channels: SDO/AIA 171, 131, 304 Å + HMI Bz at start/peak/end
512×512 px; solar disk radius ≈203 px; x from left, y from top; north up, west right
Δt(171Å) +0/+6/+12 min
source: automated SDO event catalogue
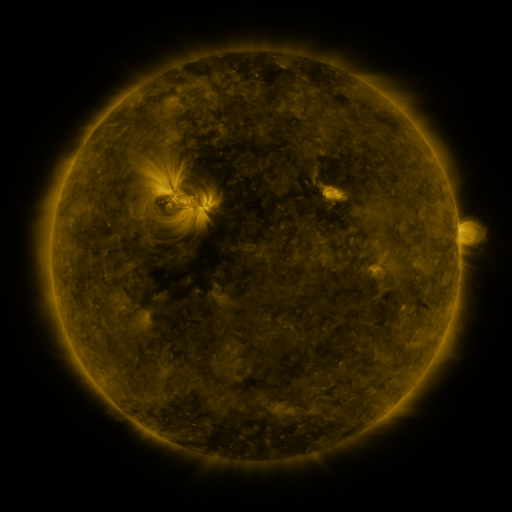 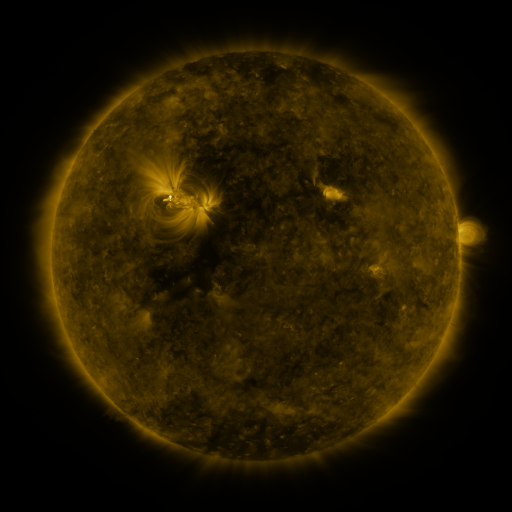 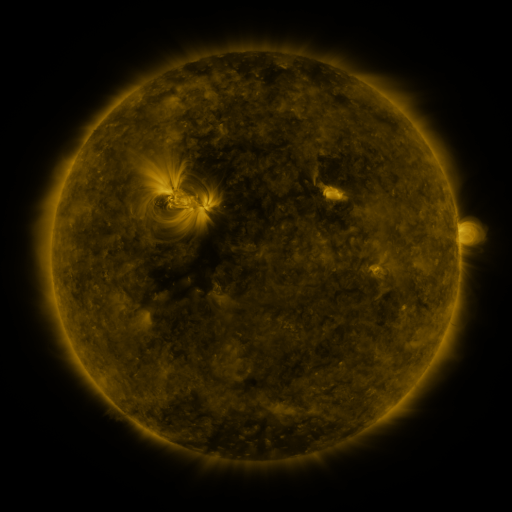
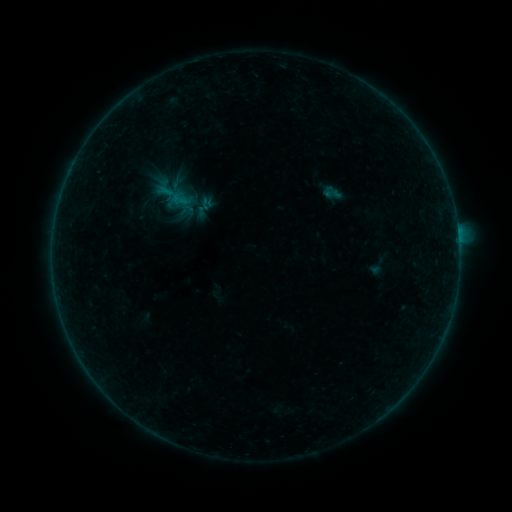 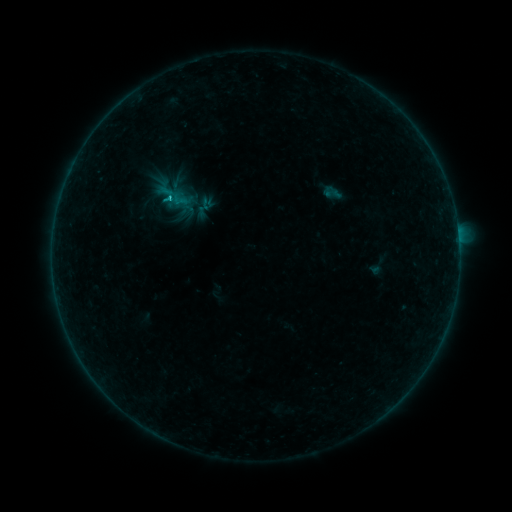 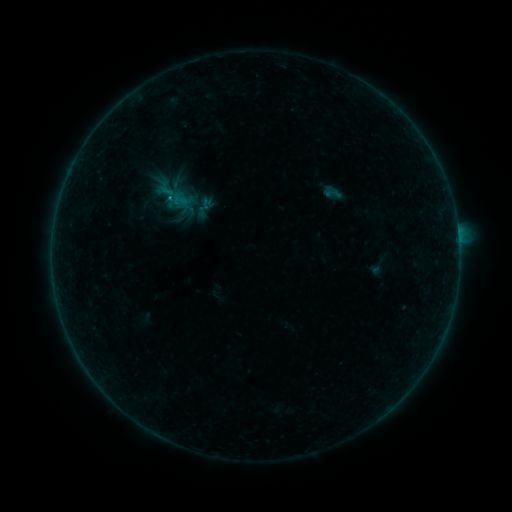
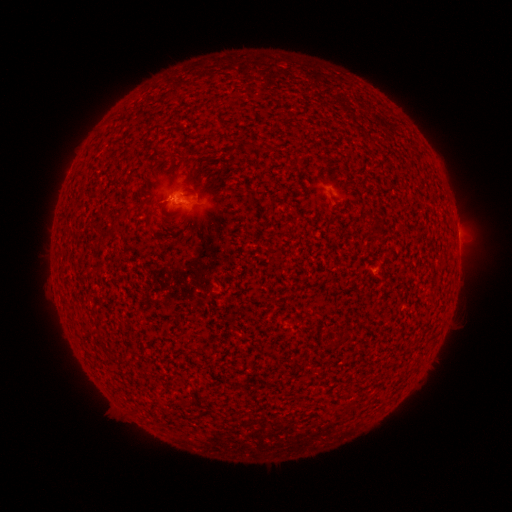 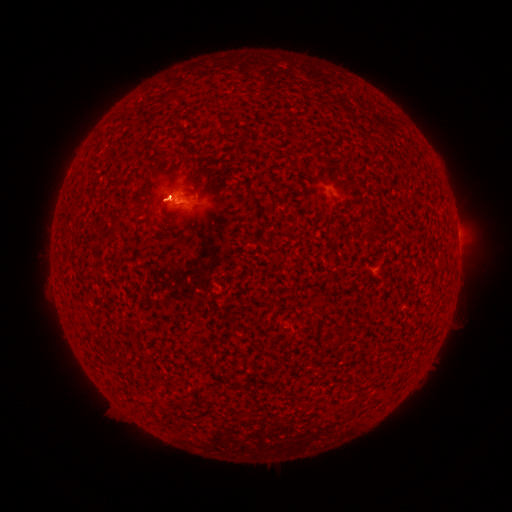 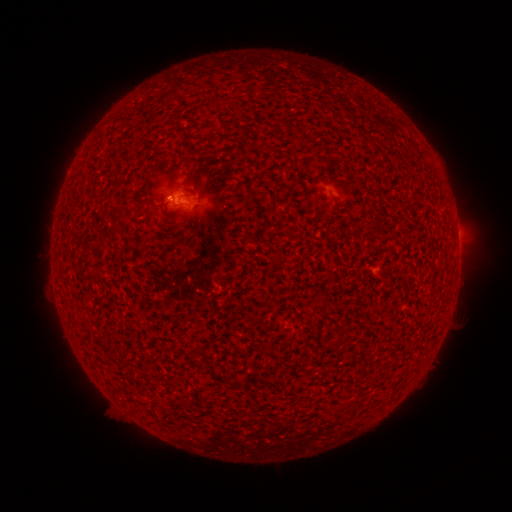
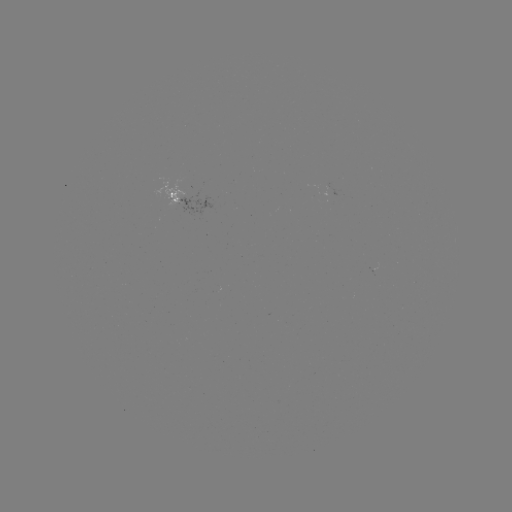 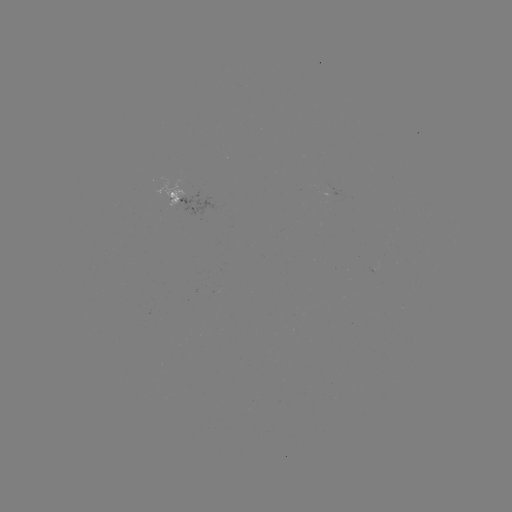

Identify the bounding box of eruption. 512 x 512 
[133, 173, 179, 226].